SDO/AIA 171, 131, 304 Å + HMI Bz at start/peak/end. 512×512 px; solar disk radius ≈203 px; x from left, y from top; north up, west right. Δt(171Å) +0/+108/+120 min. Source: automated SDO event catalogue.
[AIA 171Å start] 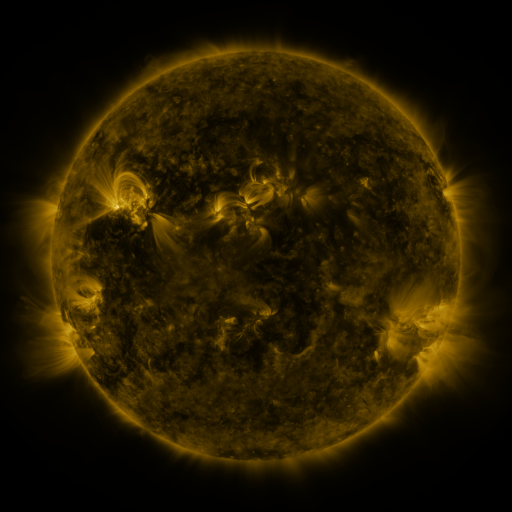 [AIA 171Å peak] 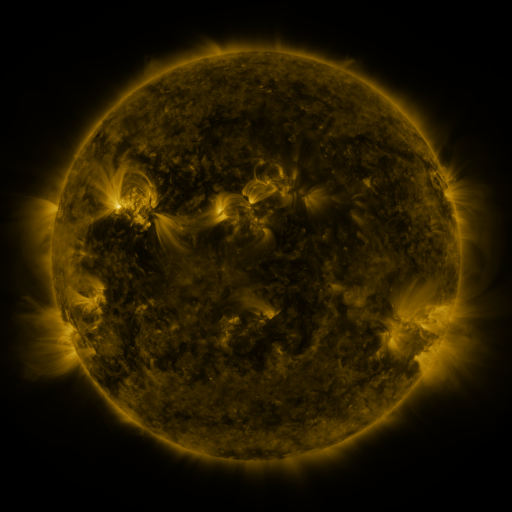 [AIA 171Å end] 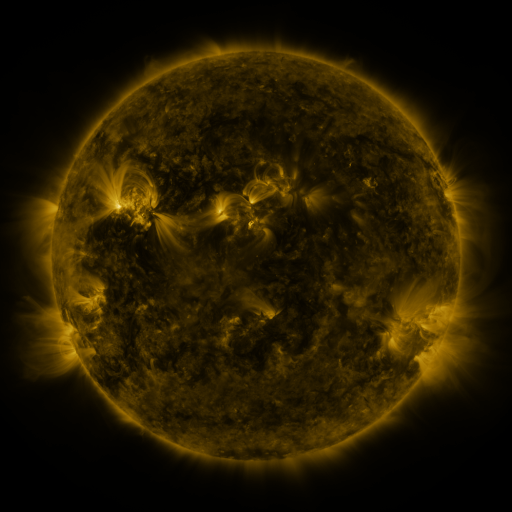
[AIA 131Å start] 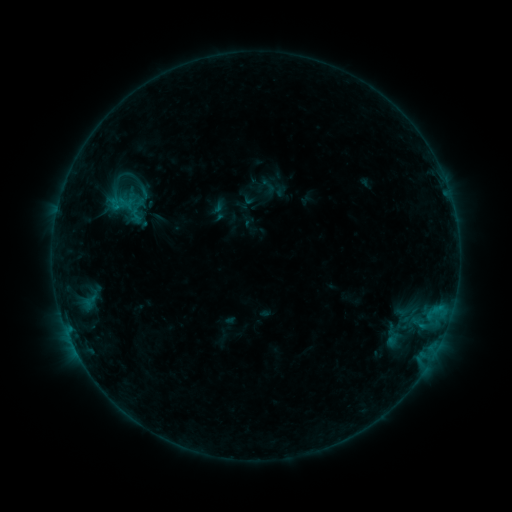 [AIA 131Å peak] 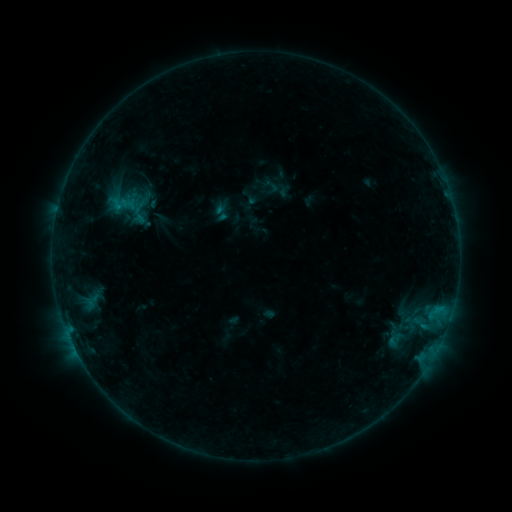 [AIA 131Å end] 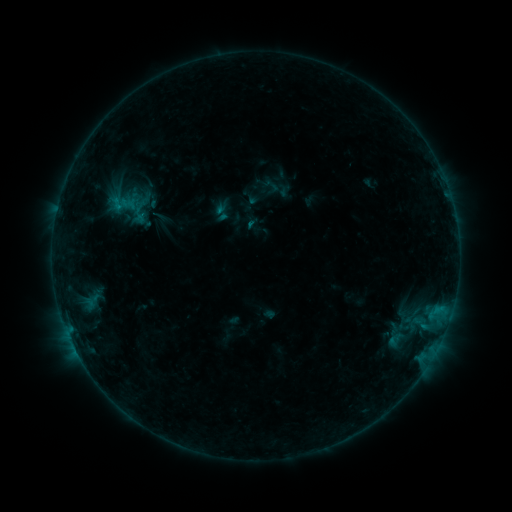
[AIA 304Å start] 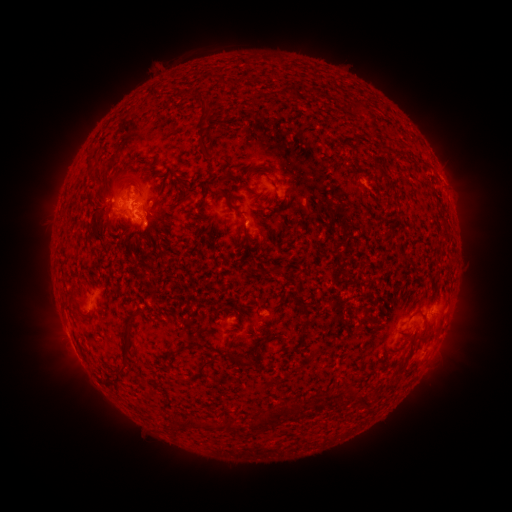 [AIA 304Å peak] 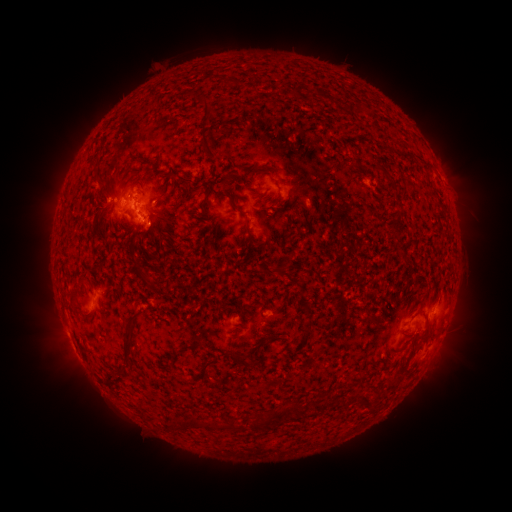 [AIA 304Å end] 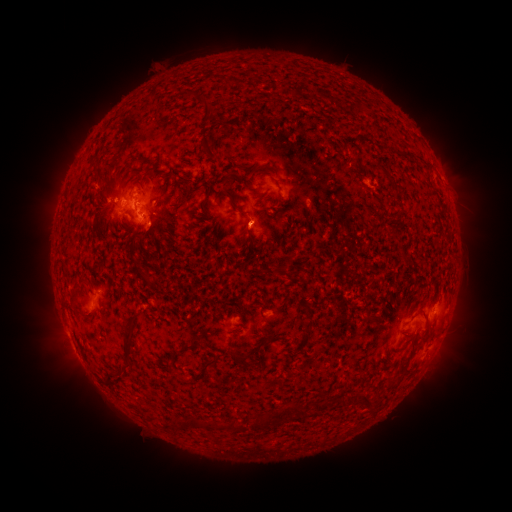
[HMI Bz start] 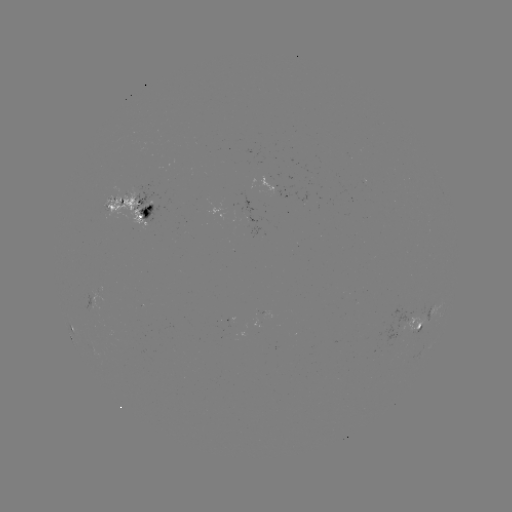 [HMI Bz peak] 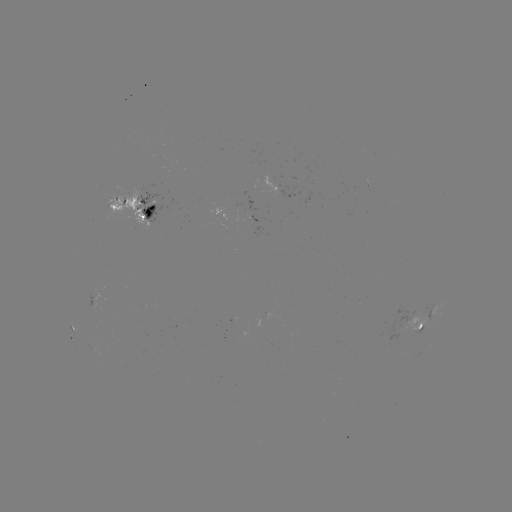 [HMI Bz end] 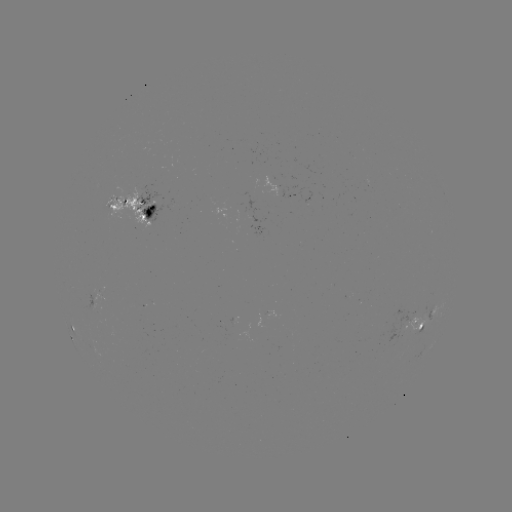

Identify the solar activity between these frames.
emerging-flux region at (118, 209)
